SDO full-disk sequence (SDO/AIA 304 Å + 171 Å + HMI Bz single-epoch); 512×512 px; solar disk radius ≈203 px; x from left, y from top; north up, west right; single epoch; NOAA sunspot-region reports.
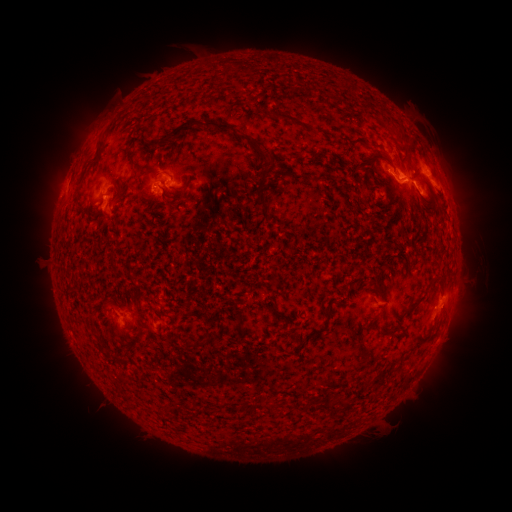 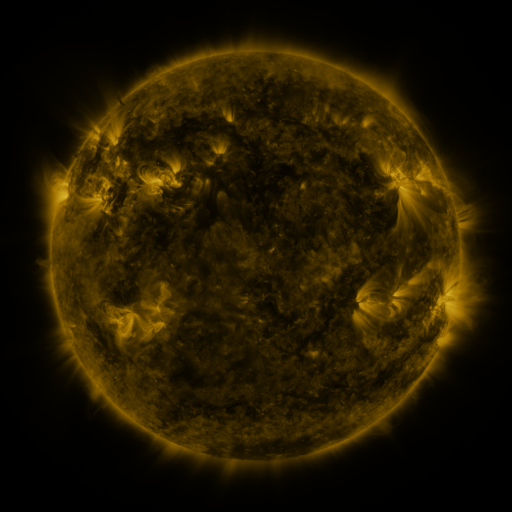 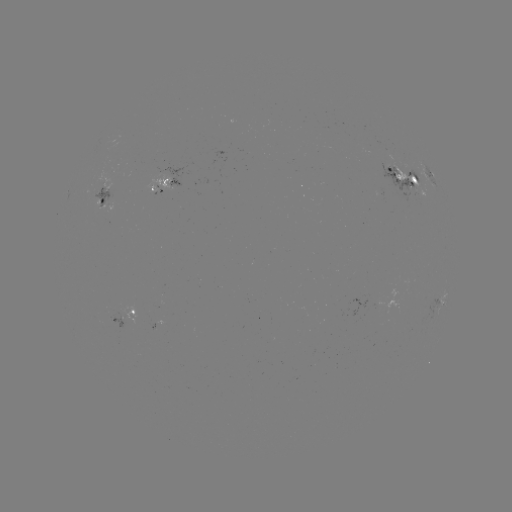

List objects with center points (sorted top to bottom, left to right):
spotted active region: (429, 171)
spotted active region: (404, 177)
spotted active region: (168, 188)
spotted active region: (102, 201)
spotted active region: (443, 300)
spotted active region: (125, 318)
